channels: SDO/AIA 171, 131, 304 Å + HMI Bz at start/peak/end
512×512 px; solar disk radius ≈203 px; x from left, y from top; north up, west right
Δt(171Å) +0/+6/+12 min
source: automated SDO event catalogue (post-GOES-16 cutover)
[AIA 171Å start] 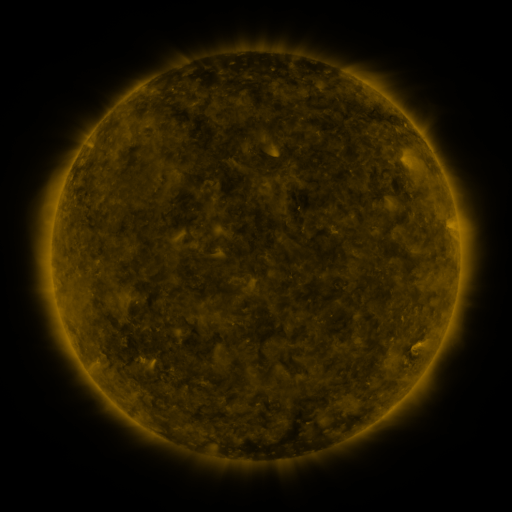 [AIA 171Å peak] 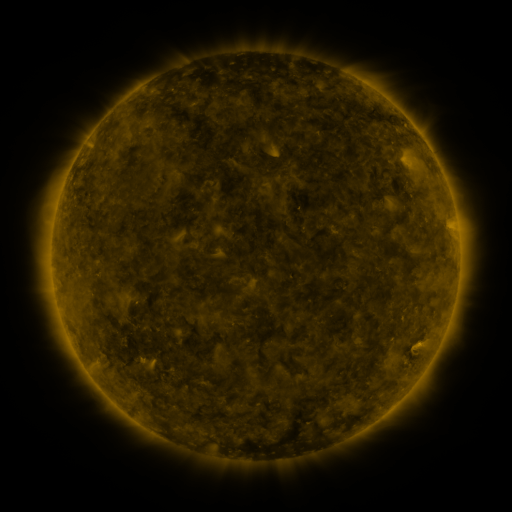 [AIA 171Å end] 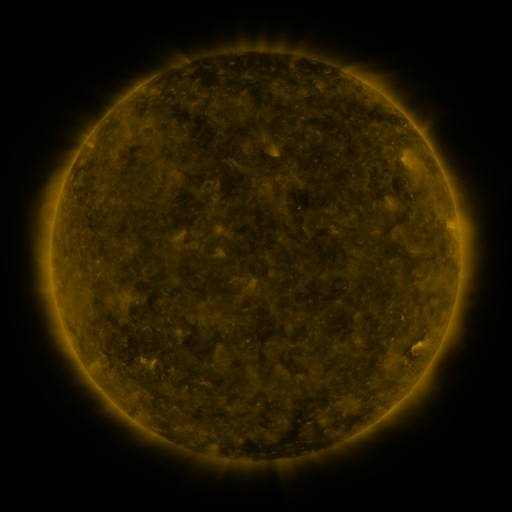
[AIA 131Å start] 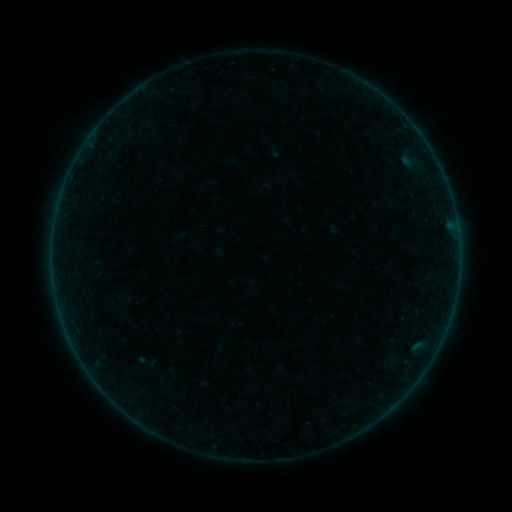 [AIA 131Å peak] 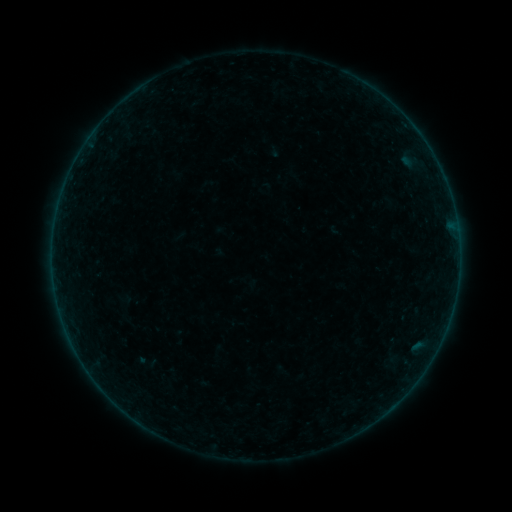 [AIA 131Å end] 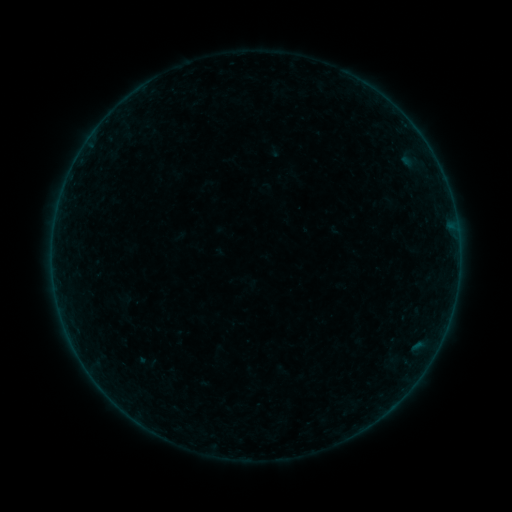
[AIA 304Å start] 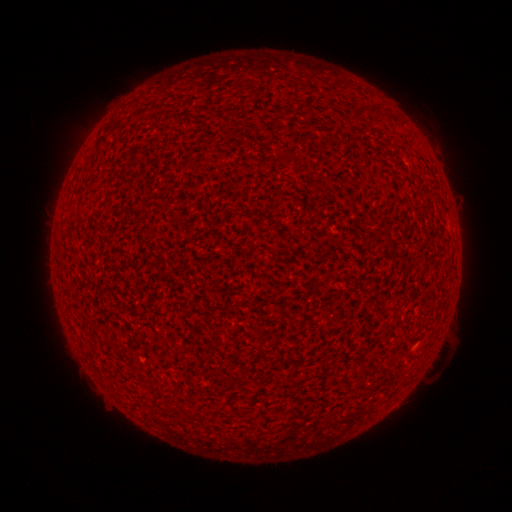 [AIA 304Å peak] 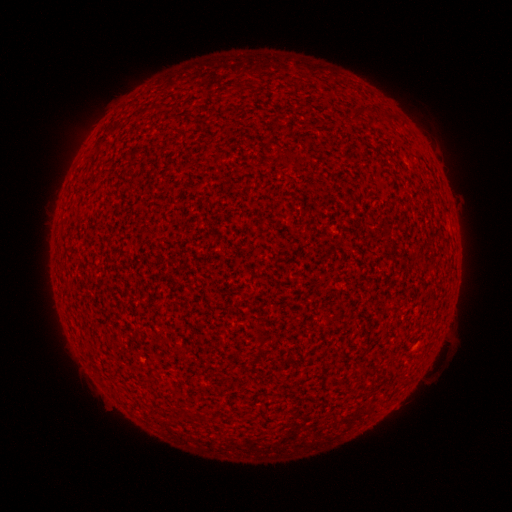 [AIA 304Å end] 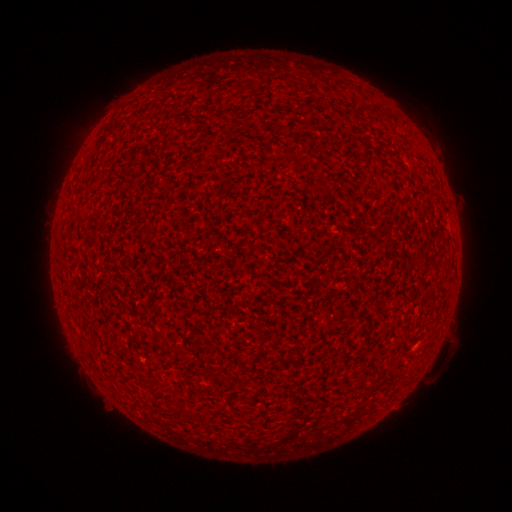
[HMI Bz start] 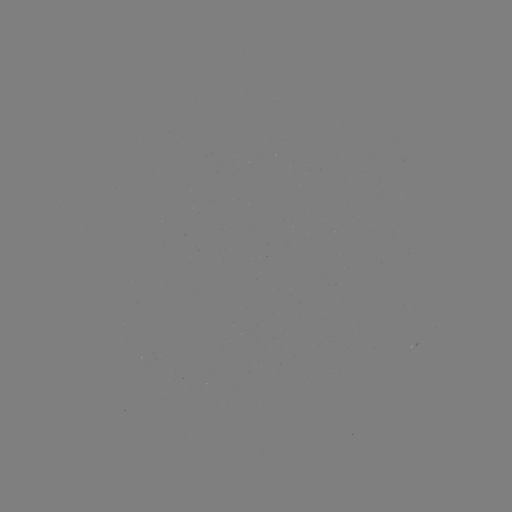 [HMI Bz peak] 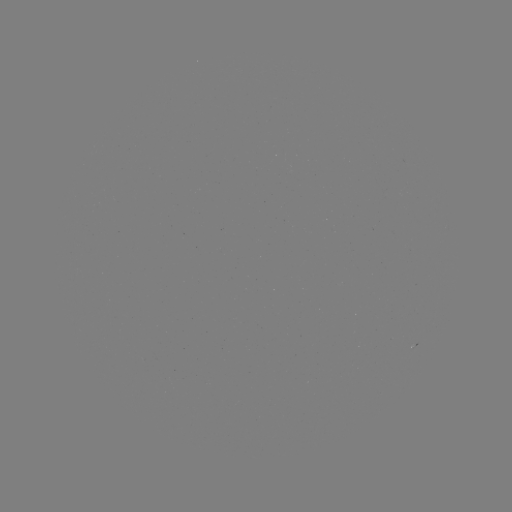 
no catalogued flare and no flagged EUV brightening in this window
